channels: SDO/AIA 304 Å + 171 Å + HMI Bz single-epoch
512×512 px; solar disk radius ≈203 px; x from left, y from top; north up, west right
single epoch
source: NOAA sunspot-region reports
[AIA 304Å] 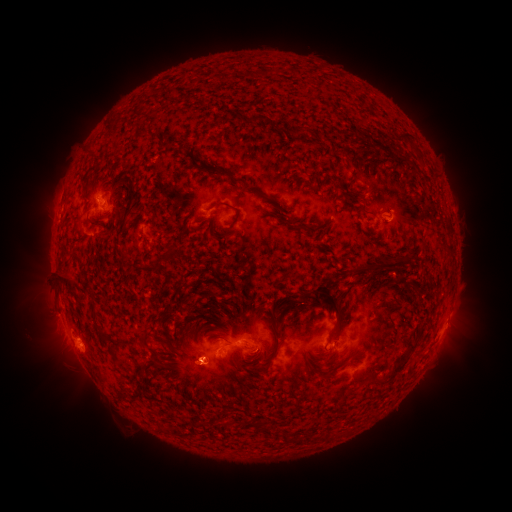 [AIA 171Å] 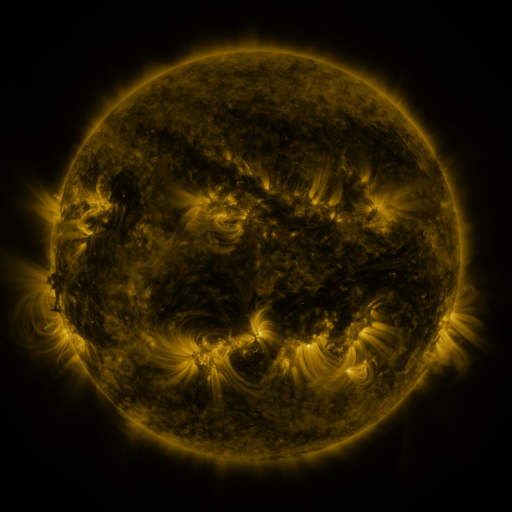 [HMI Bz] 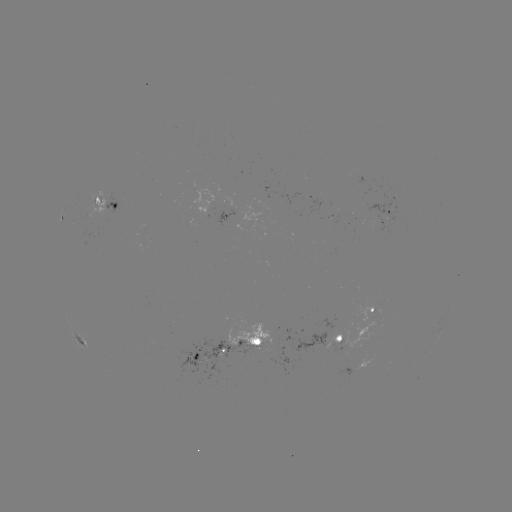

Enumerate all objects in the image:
spotted active region: (105, 205)
spotted active region: (386, 211)
spotted active region: (62, 218)
spotted active region: (376, 310)
spotted active region: (344, 336)
spotted active region: (252, 341)
spotted active region: (82, 342)
spotted active region: (213, 350)
